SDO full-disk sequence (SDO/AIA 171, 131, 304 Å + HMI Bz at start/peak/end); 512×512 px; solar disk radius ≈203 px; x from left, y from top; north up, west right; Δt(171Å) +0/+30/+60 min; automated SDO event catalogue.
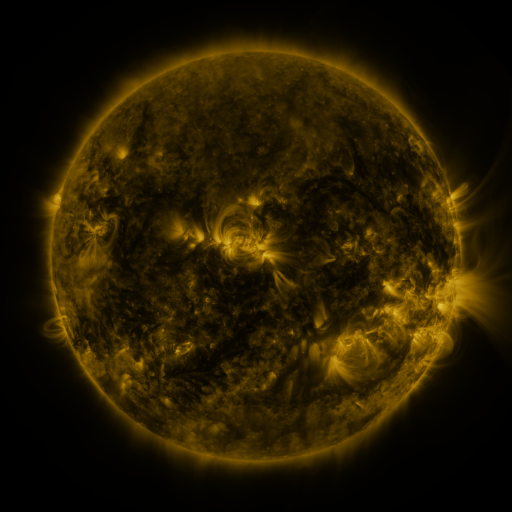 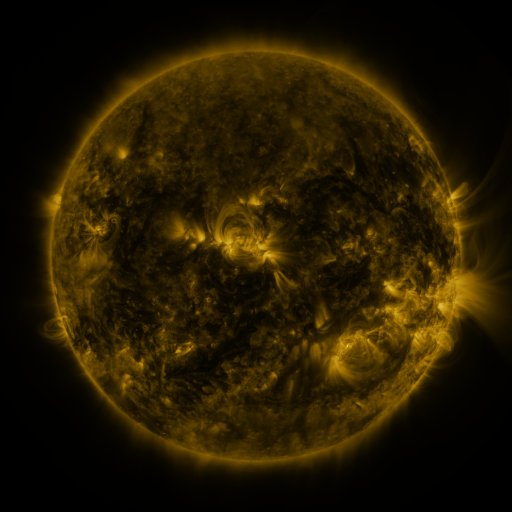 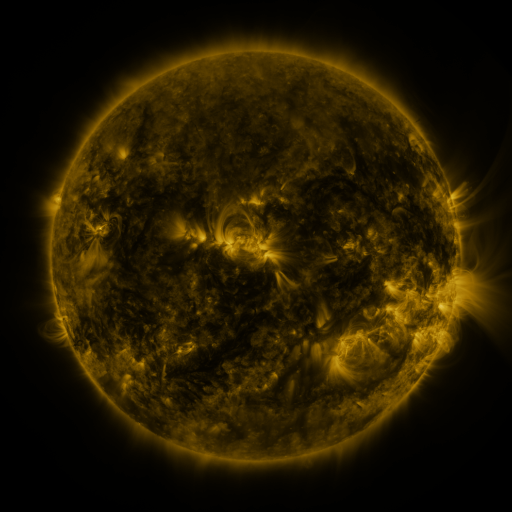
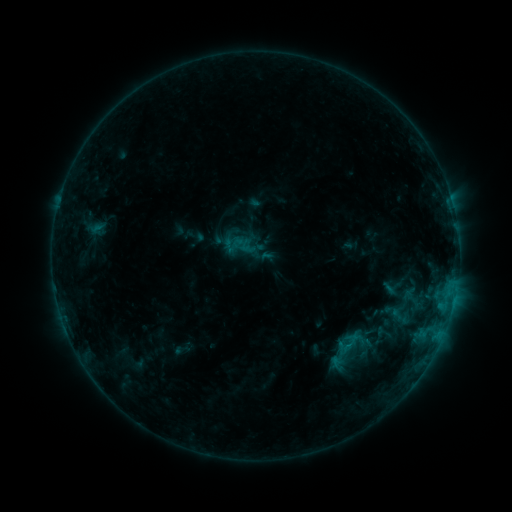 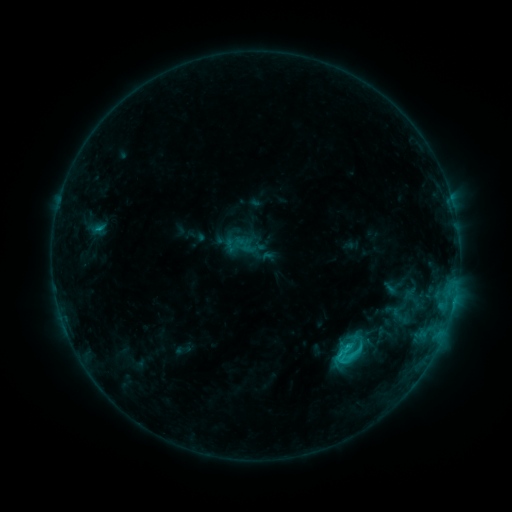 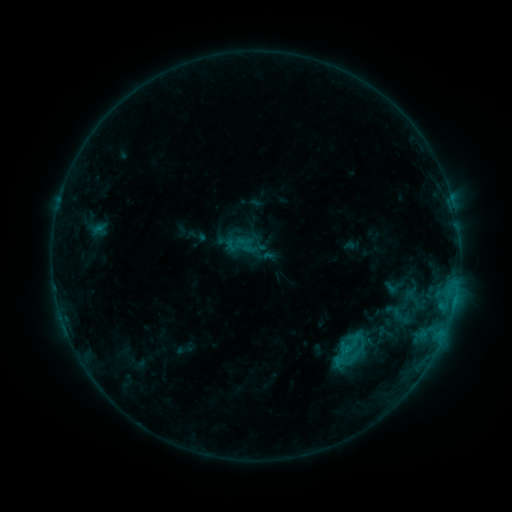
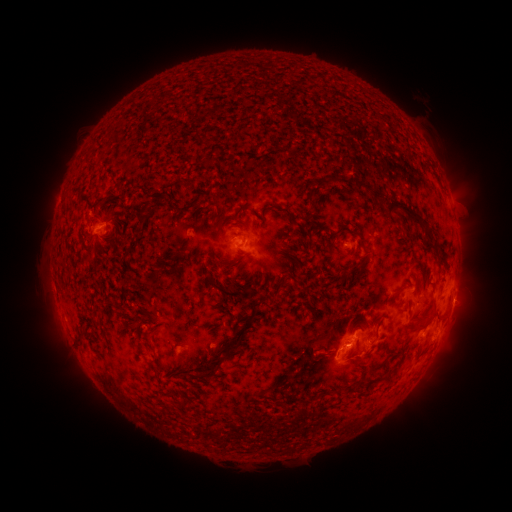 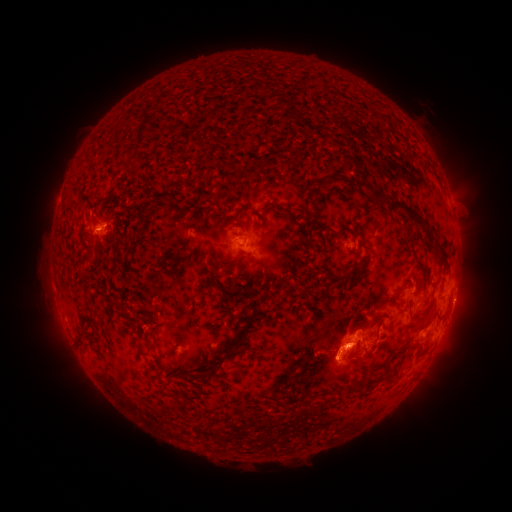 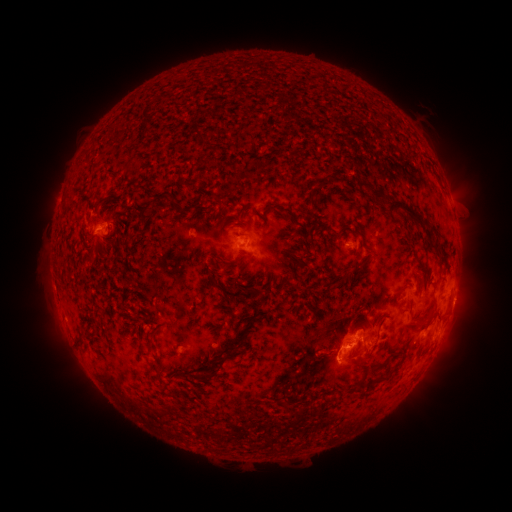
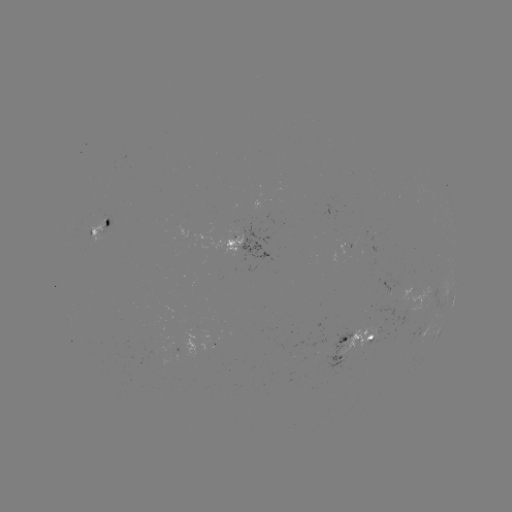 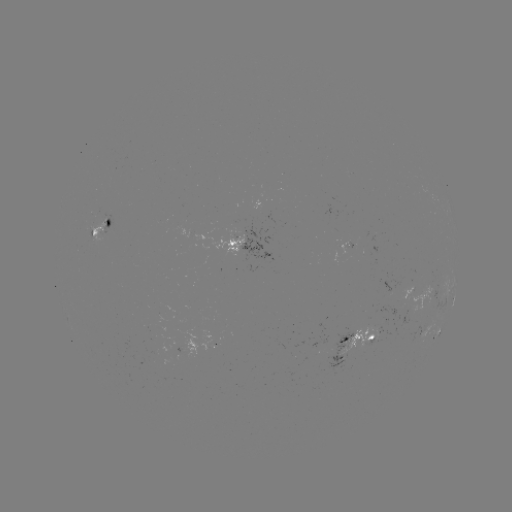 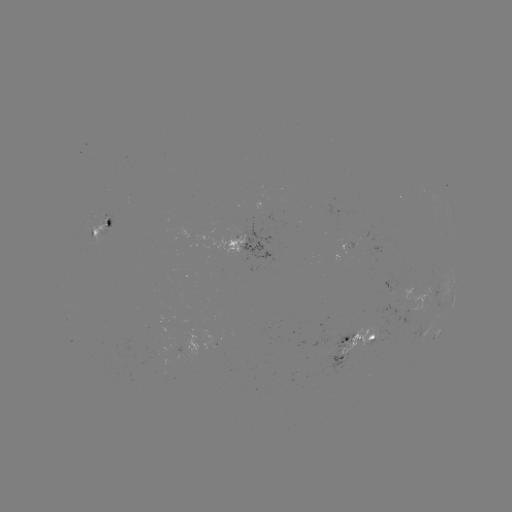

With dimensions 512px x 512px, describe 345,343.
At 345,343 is C2.2 flare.